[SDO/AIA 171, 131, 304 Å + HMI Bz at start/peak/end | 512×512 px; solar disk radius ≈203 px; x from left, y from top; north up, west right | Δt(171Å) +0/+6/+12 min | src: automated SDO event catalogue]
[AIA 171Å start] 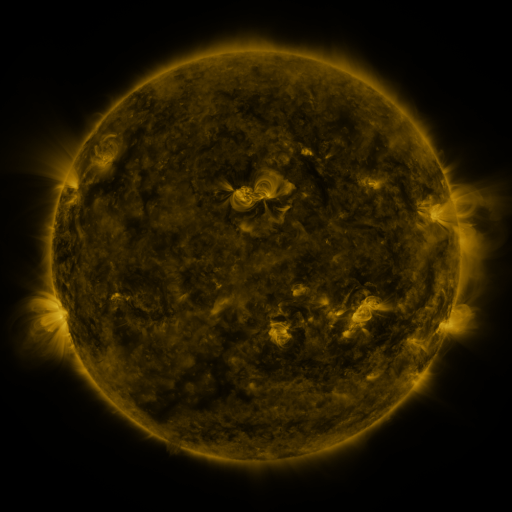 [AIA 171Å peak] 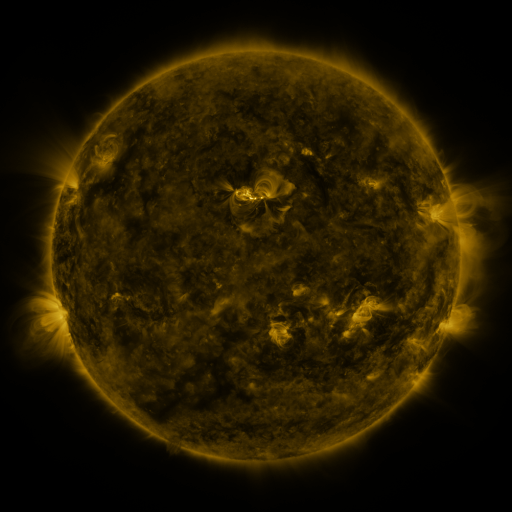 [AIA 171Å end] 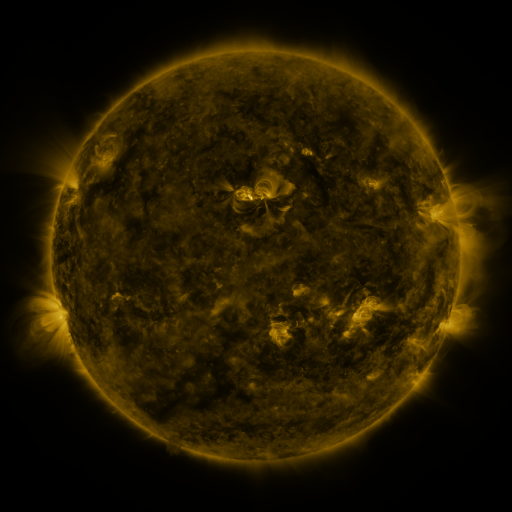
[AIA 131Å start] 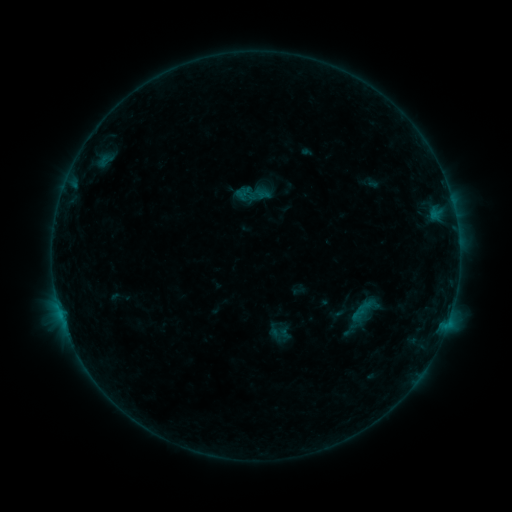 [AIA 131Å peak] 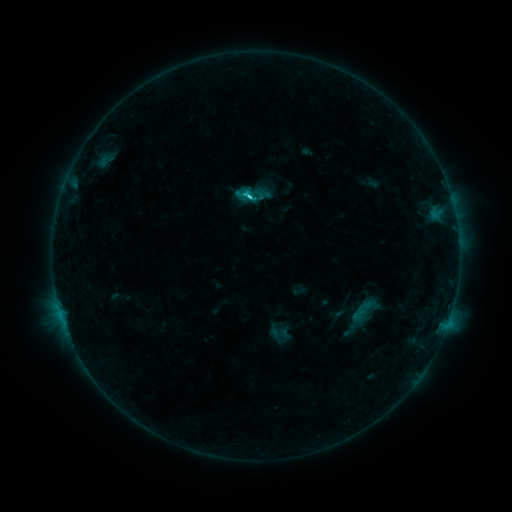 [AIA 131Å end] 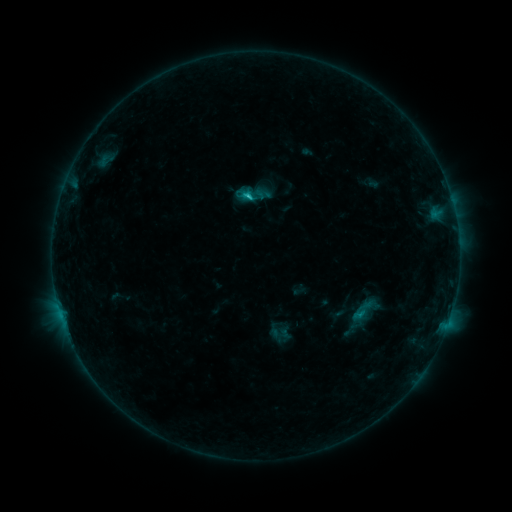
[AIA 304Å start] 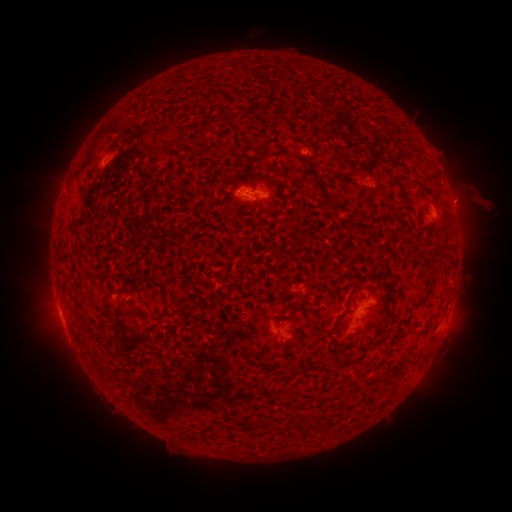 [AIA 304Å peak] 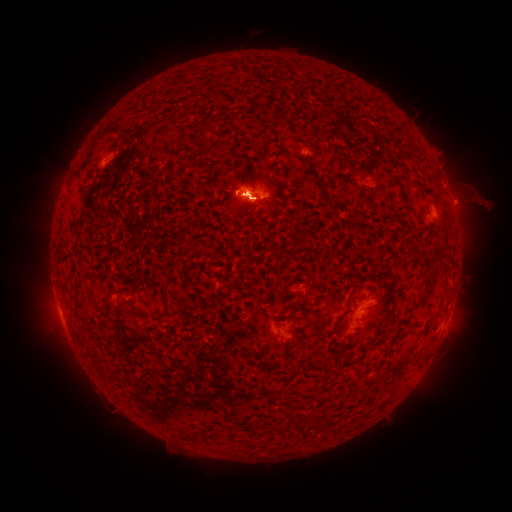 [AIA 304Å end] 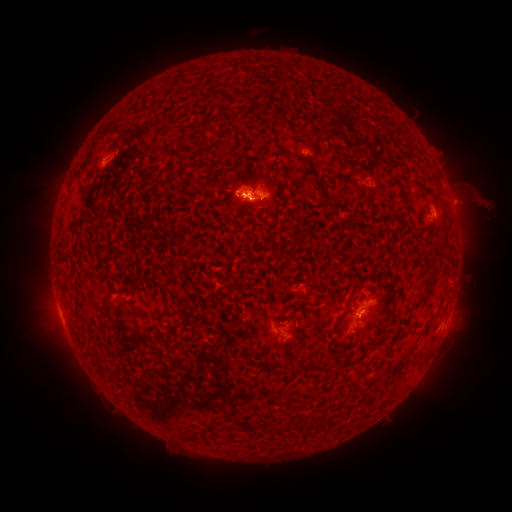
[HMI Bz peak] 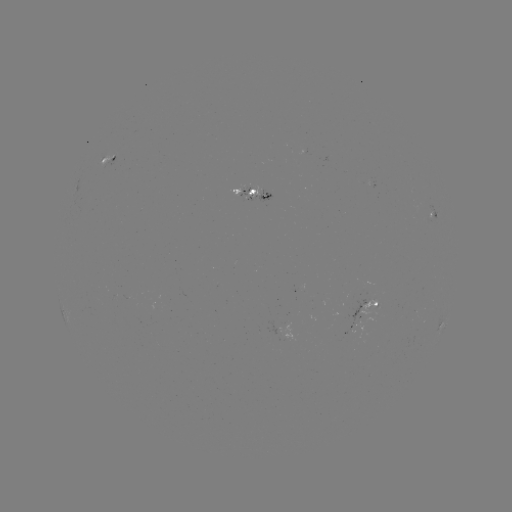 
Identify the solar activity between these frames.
eruption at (461, 196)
